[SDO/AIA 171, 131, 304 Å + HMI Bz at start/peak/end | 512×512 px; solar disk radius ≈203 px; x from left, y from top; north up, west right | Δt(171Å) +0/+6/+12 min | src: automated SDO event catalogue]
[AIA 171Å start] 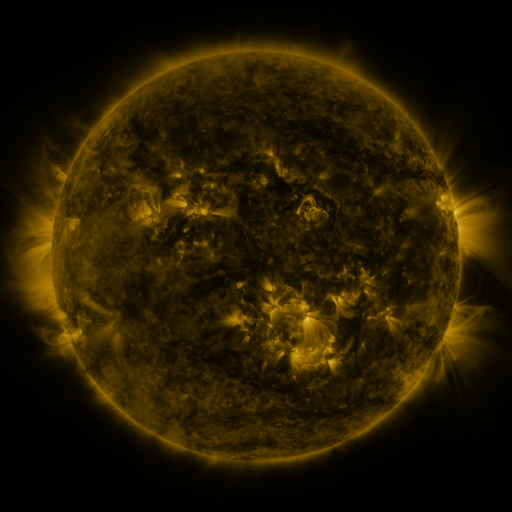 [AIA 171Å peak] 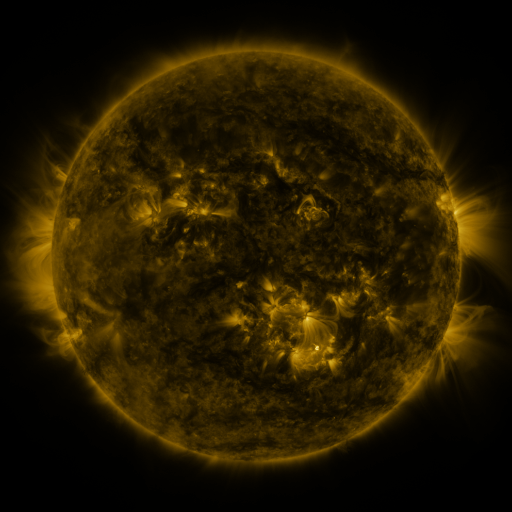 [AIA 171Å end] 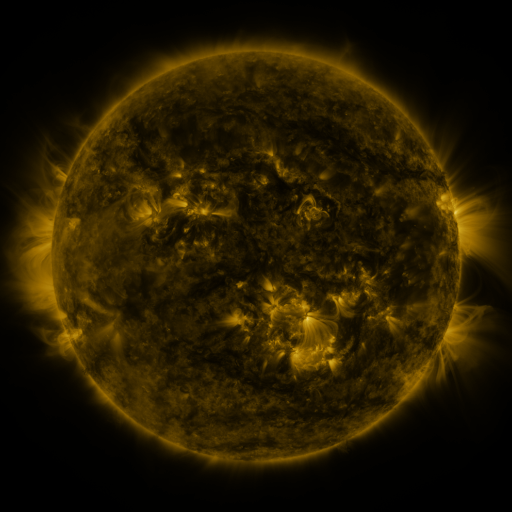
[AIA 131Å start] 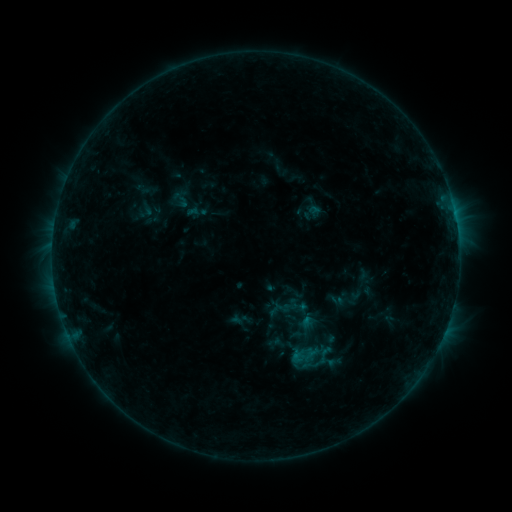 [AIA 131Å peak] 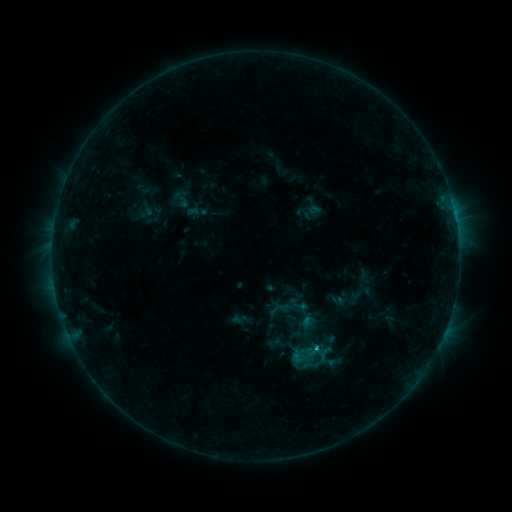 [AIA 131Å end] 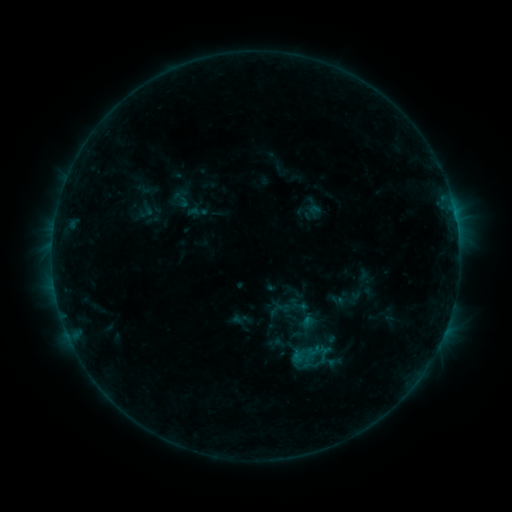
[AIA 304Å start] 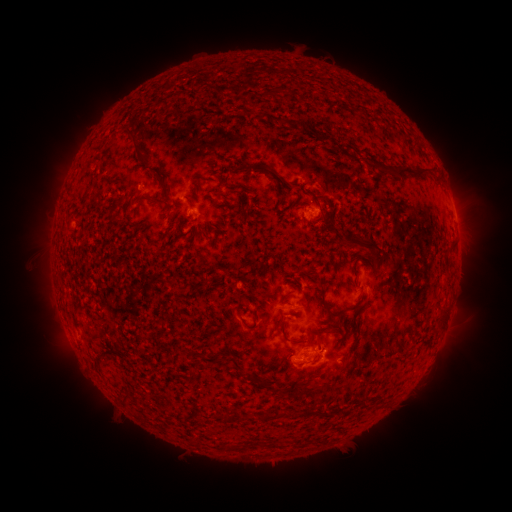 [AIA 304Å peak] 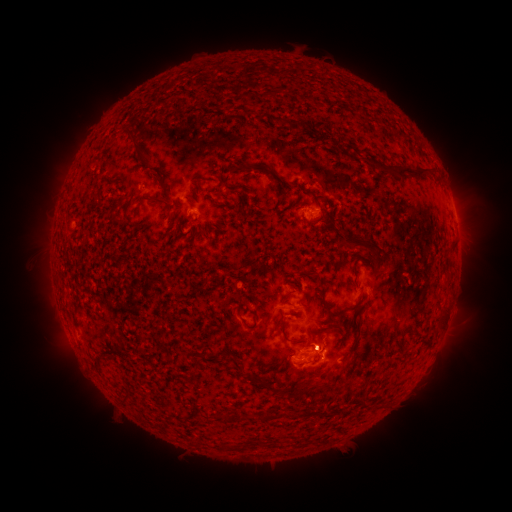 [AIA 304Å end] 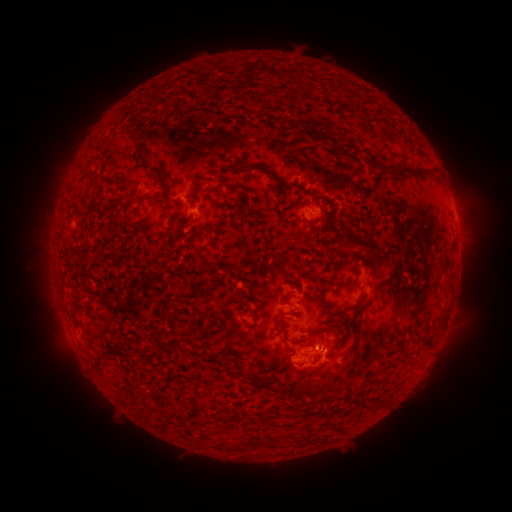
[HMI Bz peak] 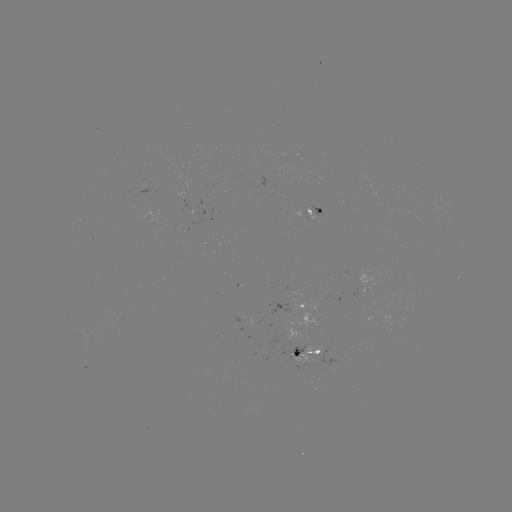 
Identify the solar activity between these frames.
B4.8 flare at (315, 347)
